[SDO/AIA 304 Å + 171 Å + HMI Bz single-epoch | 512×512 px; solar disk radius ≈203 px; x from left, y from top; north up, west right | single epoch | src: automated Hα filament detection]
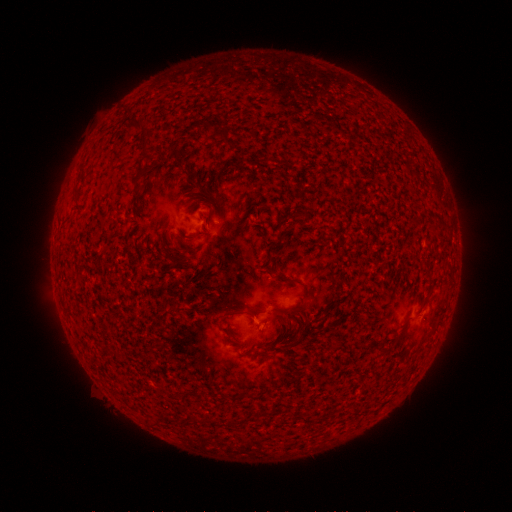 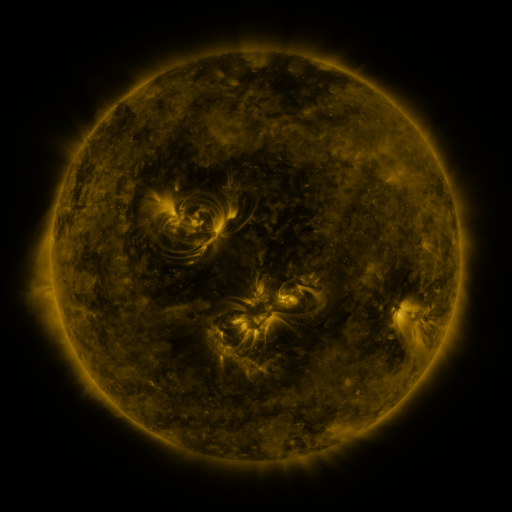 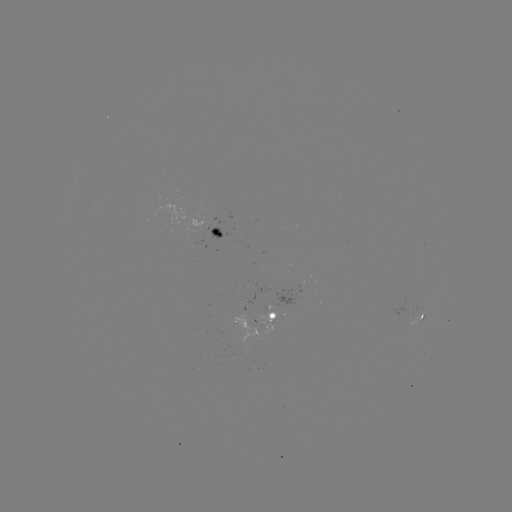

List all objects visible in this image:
filament: (133, 124)
filament: (140, 161)
filament: (281, 234)
filament: (148, 392)
filament: (361, 392)
filament: (256, 425)
